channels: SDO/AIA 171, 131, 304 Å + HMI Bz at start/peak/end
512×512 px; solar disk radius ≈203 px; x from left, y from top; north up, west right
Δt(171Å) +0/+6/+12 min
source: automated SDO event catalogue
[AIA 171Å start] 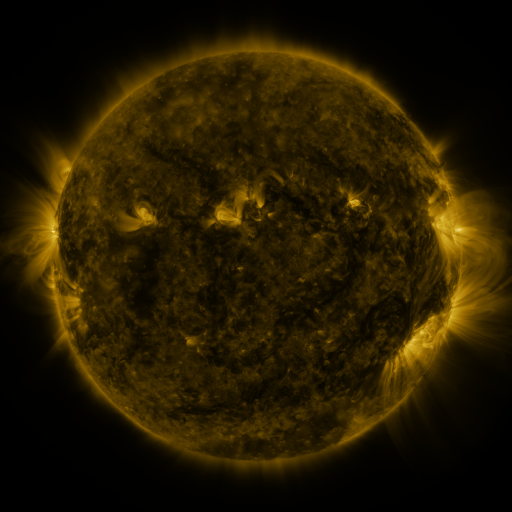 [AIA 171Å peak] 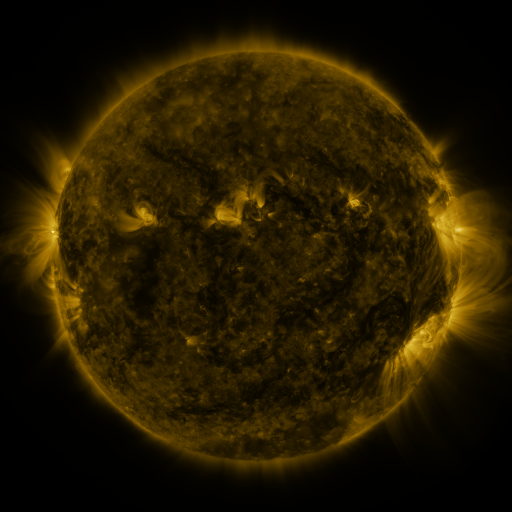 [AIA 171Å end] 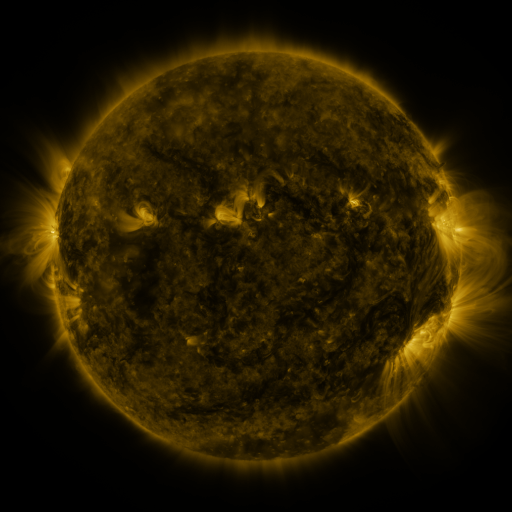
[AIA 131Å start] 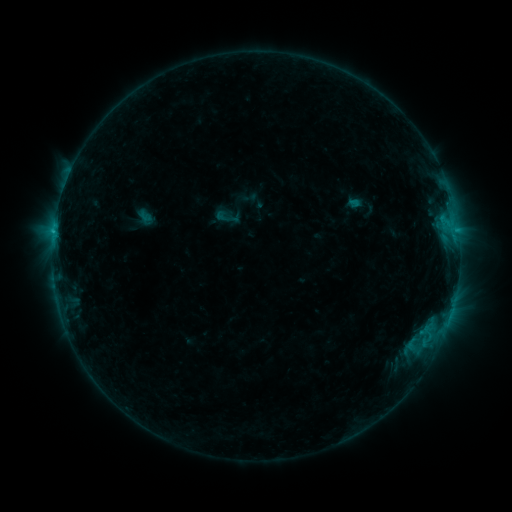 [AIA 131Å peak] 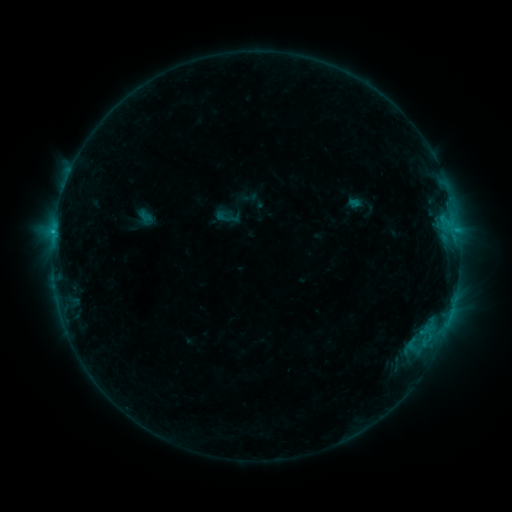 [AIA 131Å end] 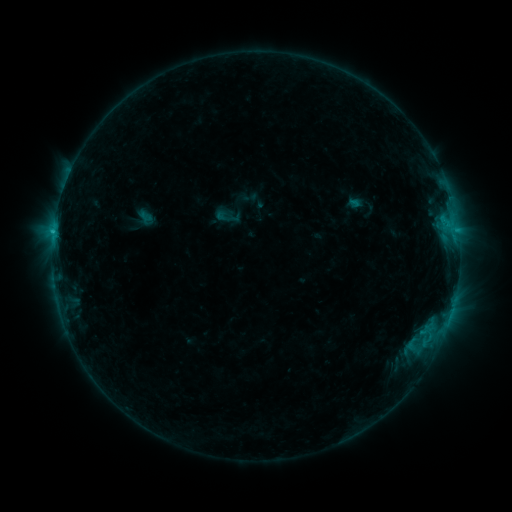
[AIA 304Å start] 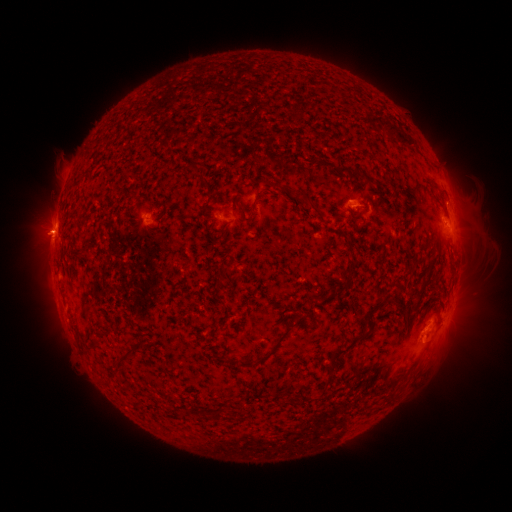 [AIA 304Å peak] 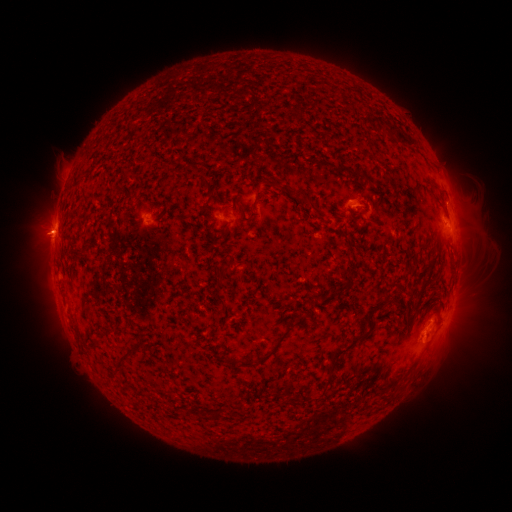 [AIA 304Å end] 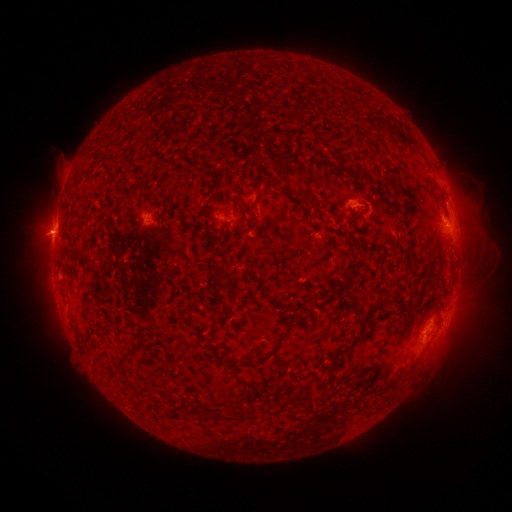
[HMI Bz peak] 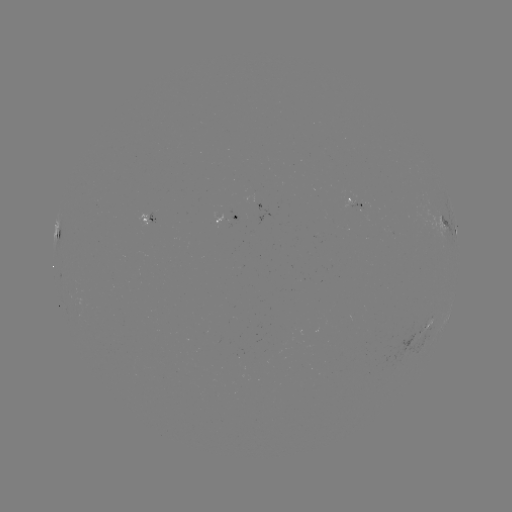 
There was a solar flare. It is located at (56, 233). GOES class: C1.0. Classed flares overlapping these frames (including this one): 2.